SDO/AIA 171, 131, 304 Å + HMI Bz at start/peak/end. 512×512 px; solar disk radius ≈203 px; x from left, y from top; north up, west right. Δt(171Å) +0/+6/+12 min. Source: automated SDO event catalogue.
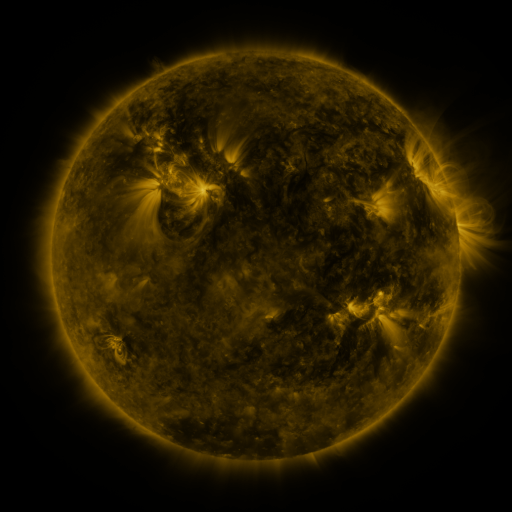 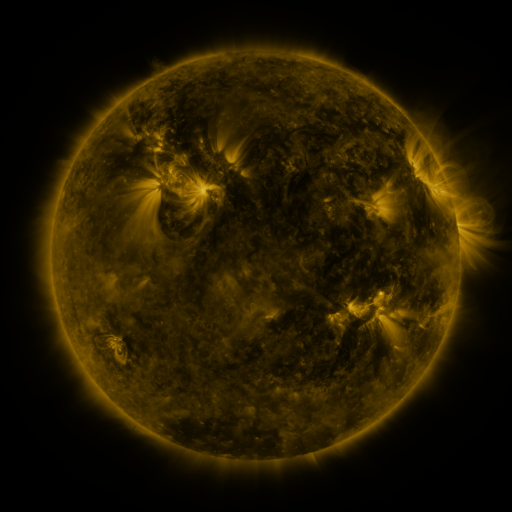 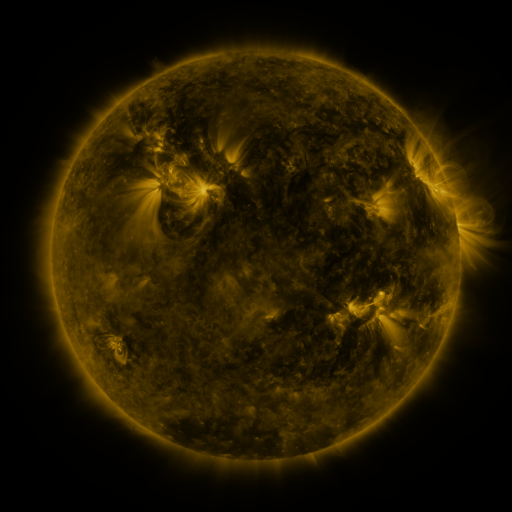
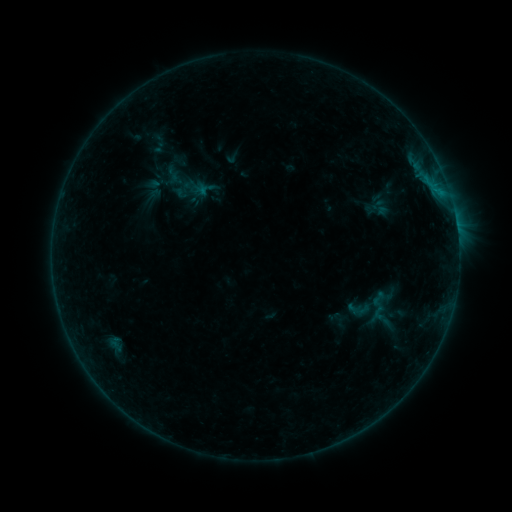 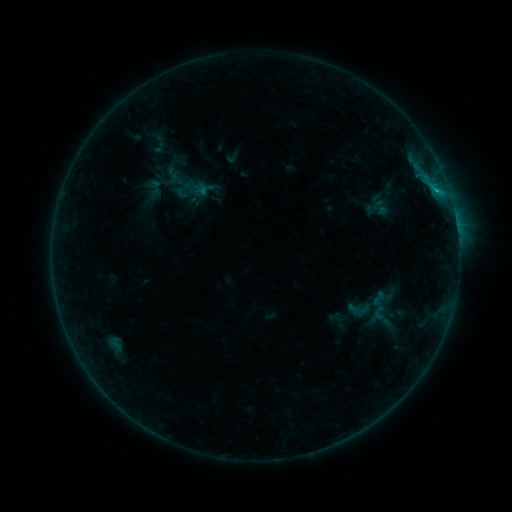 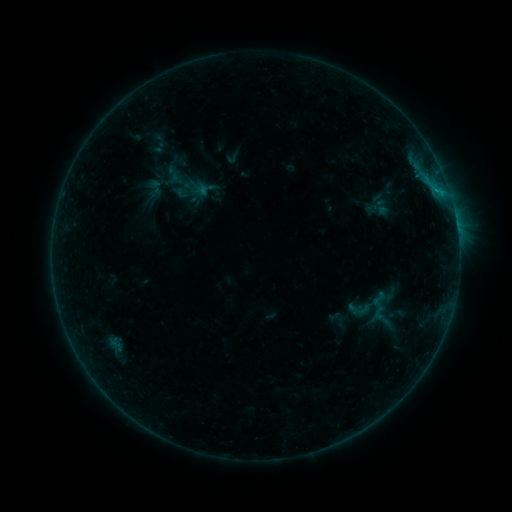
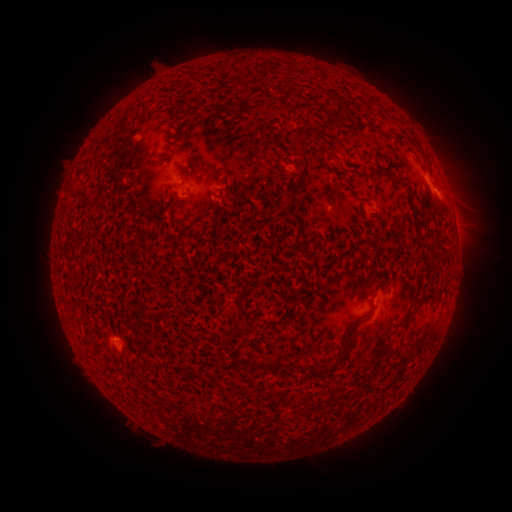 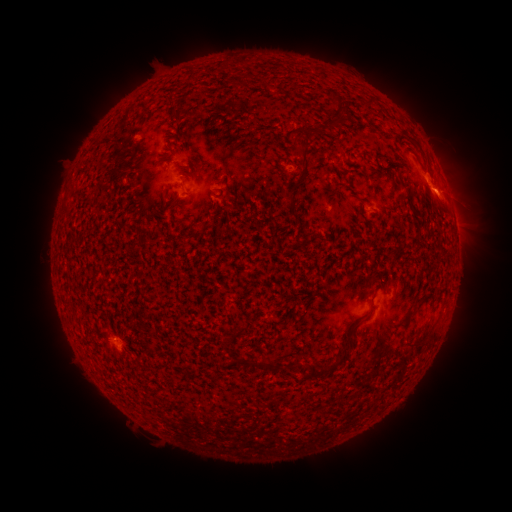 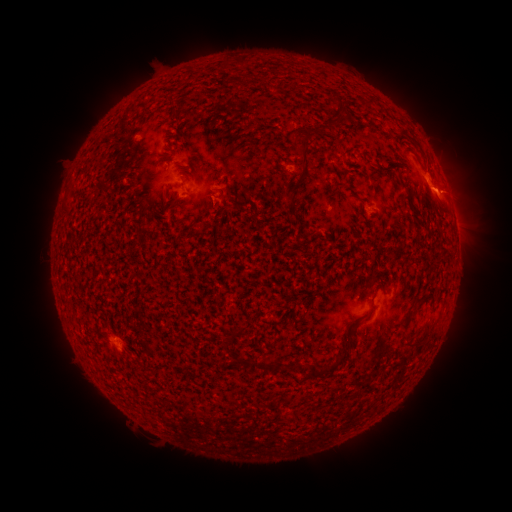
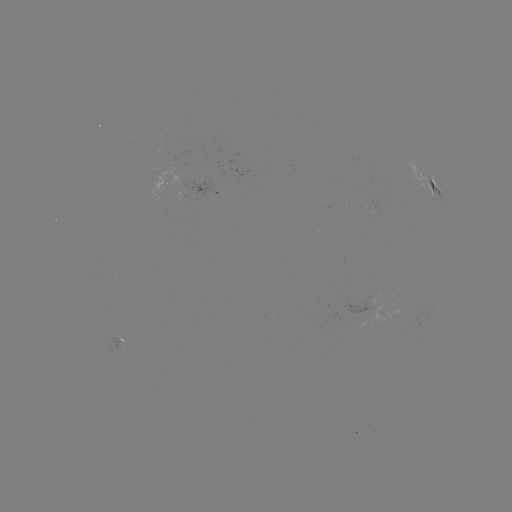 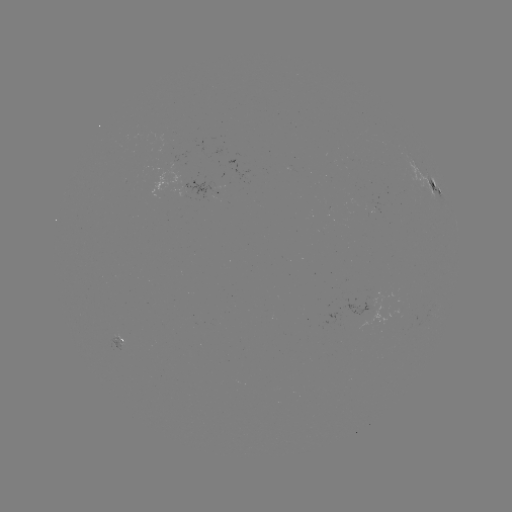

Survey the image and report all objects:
B7.5 flare: (435, 193)
